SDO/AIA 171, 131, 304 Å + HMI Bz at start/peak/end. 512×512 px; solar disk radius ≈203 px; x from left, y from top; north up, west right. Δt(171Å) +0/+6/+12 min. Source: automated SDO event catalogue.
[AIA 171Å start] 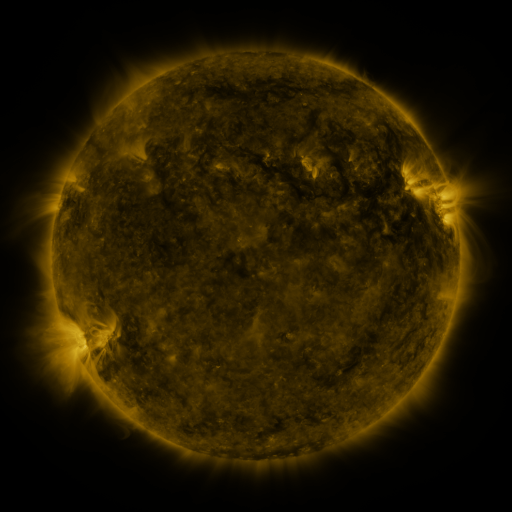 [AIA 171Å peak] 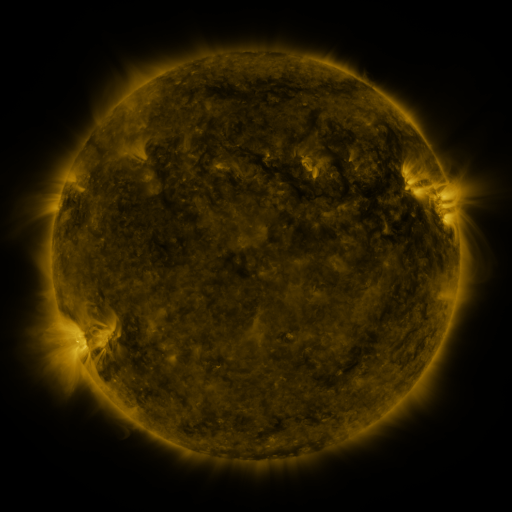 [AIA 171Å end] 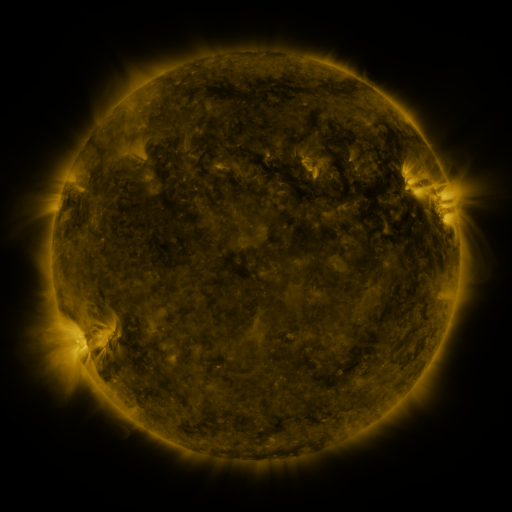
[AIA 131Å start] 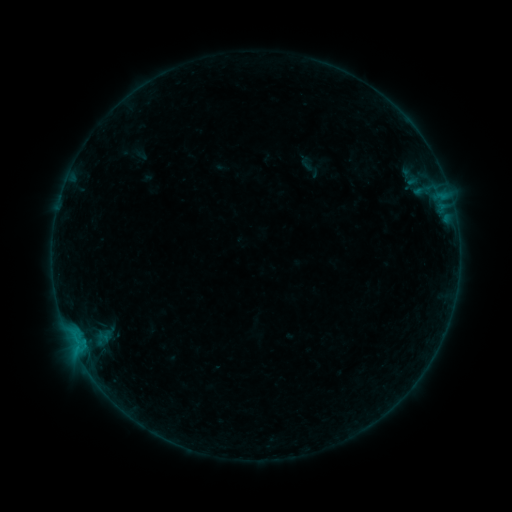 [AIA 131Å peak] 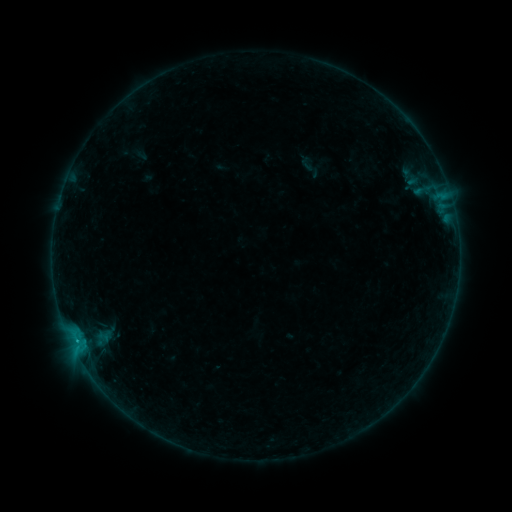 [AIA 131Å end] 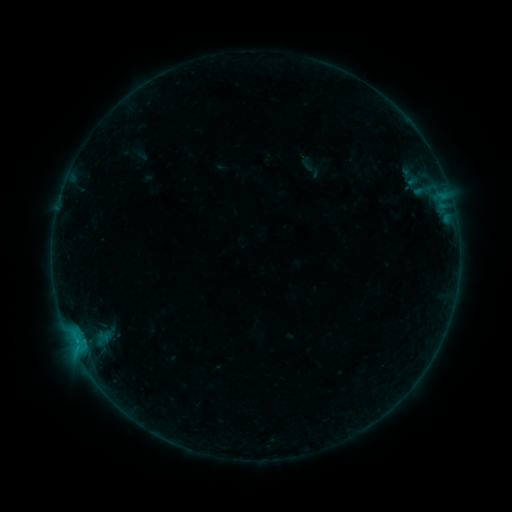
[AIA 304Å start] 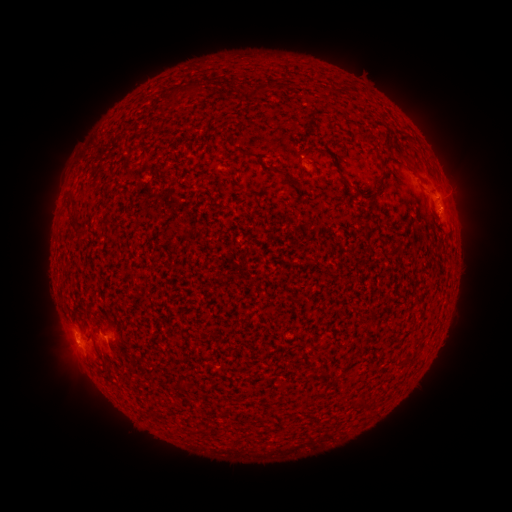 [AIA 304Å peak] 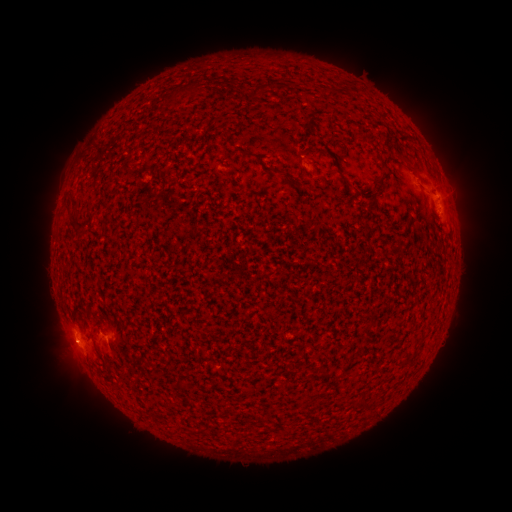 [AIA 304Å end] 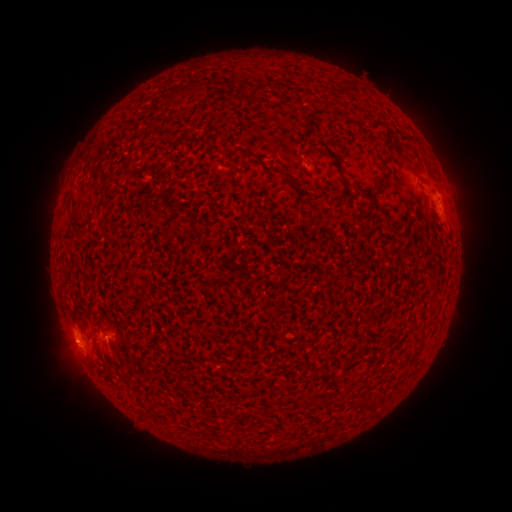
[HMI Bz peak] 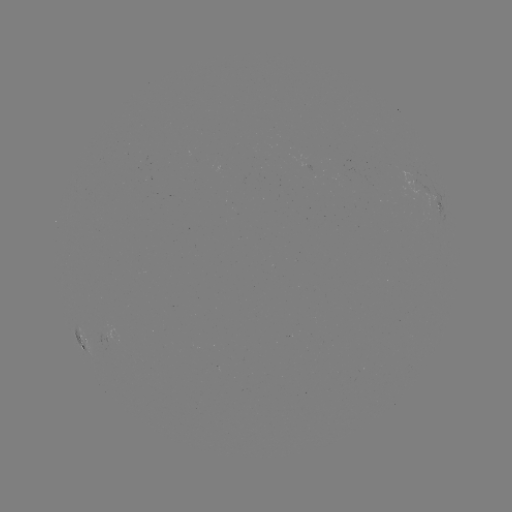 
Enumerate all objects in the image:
B2.2 flare: (77, 340)
